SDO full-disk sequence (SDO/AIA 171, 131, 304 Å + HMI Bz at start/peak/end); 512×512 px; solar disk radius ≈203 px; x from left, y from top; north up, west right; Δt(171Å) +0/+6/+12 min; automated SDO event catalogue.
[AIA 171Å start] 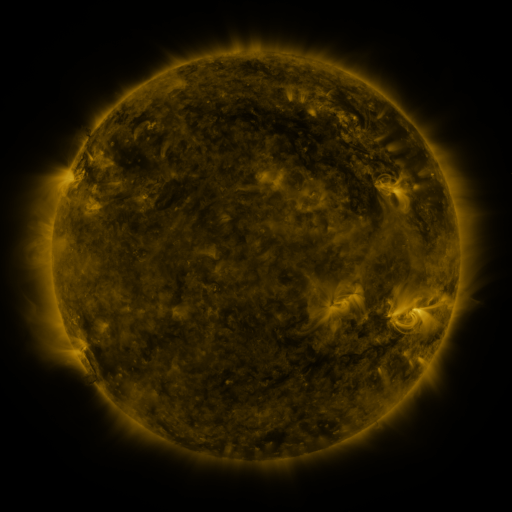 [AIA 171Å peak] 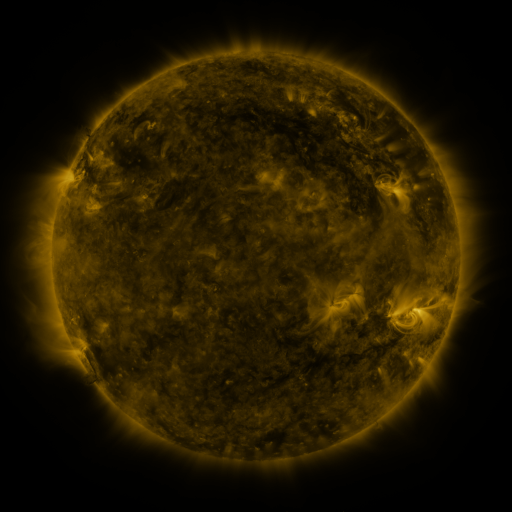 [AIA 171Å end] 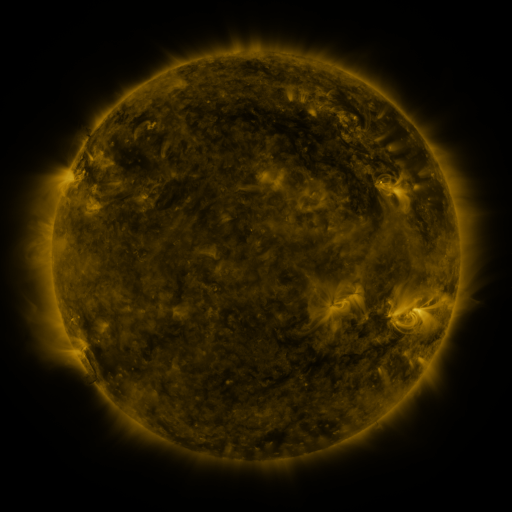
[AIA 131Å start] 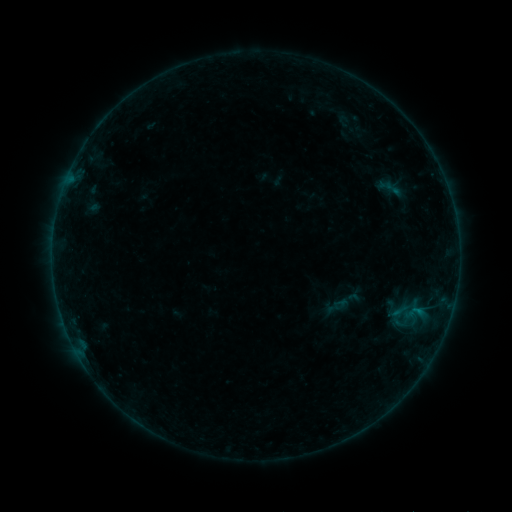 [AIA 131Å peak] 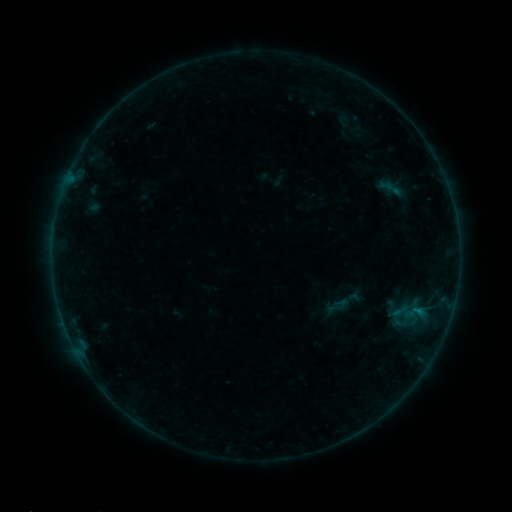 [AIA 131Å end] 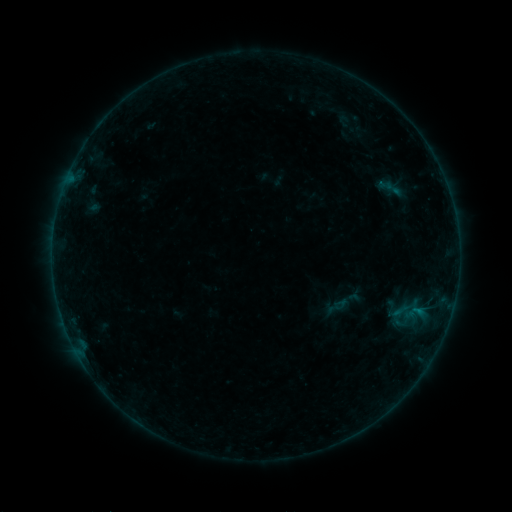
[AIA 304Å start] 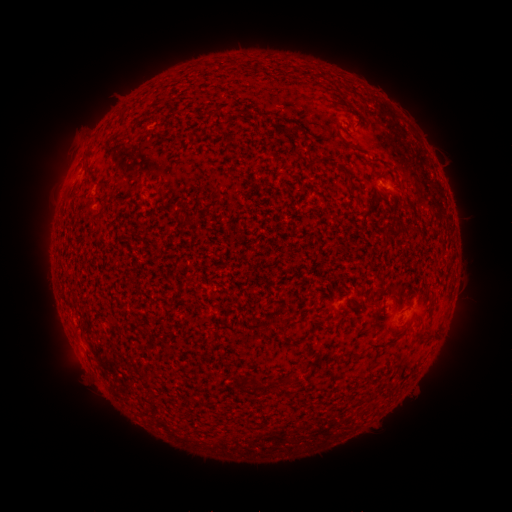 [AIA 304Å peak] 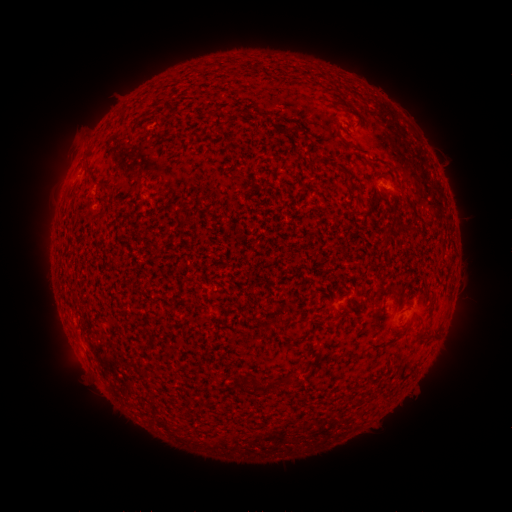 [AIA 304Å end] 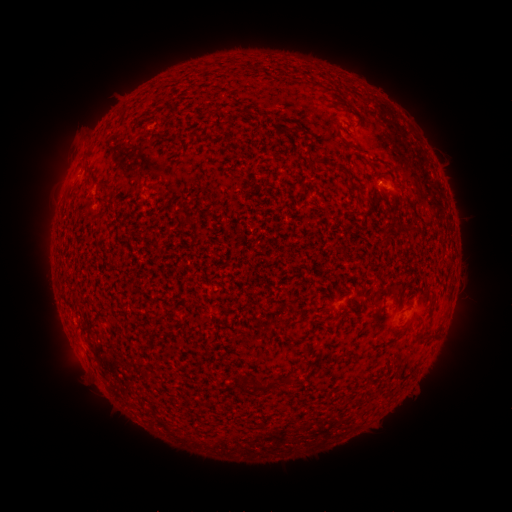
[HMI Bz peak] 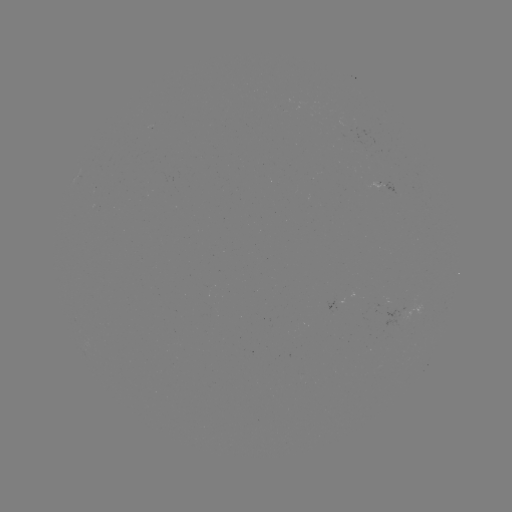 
no catalogued flare and no flagged EUV brightening in this window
